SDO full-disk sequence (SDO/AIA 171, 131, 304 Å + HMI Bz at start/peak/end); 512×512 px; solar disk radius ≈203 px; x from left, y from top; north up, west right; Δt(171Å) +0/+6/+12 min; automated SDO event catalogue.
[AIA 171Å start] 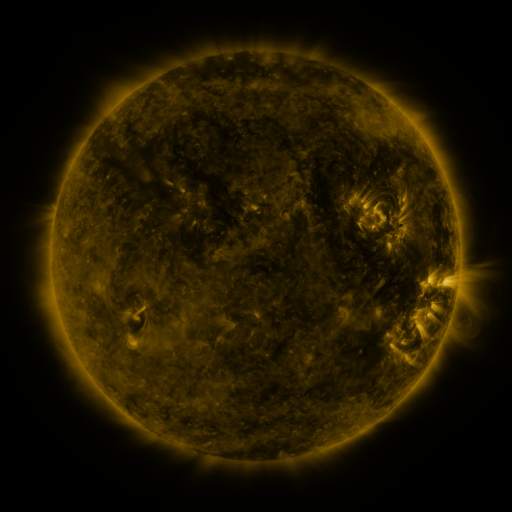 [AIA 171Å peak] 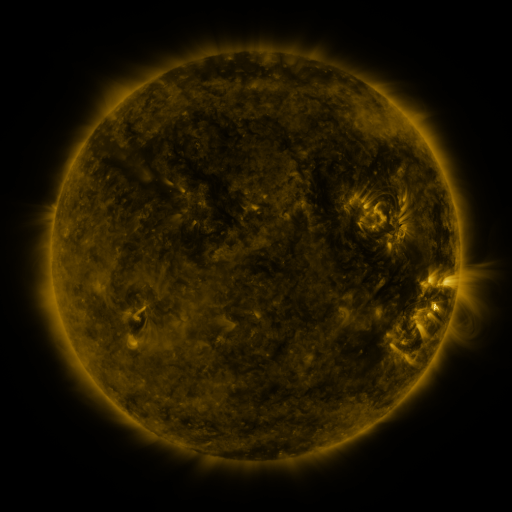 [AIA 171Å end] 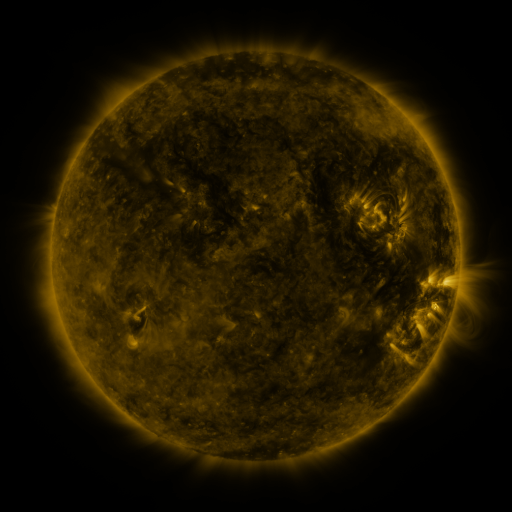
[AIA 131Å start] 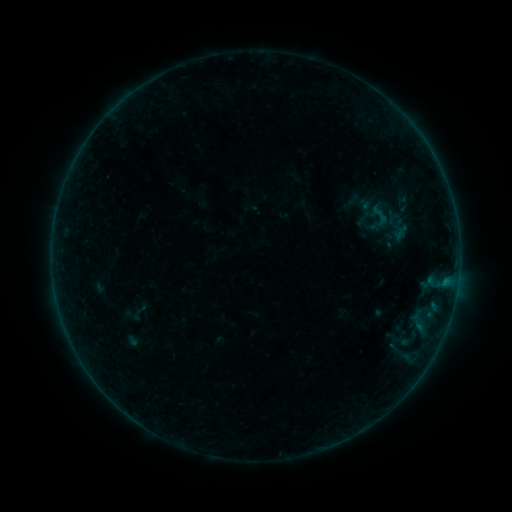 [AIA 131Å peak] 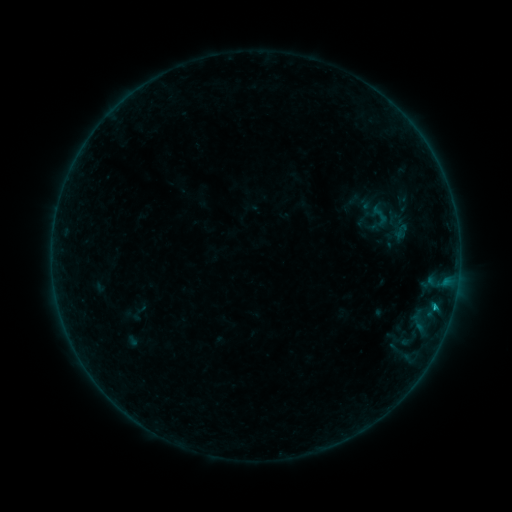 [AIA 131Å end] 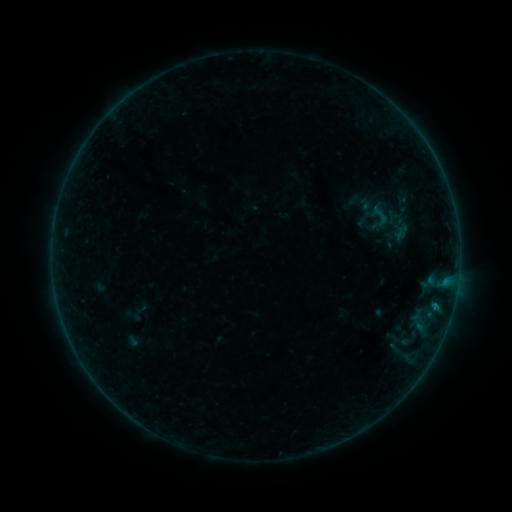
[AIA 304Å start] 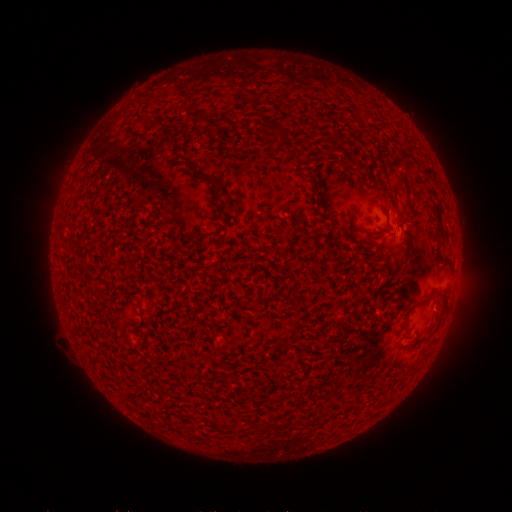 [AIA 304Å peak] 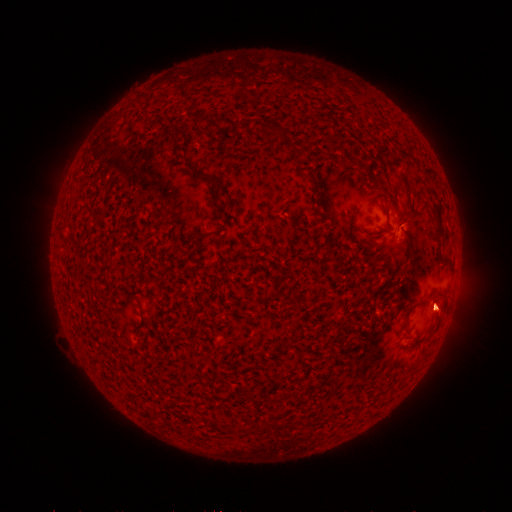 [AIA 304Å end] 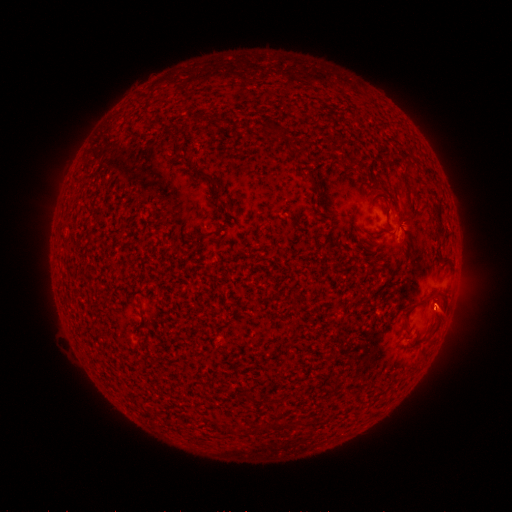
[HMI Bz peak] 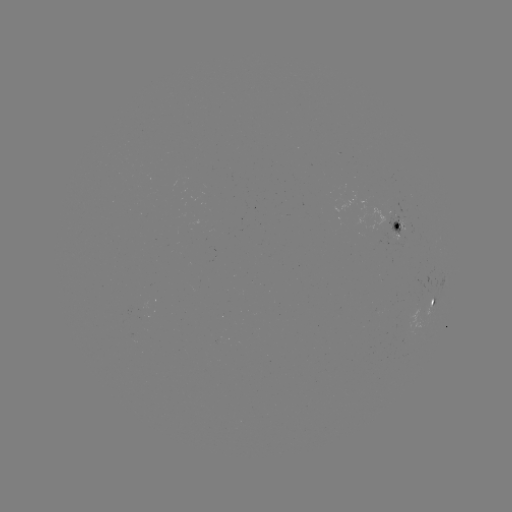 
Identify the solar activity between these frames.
B2.4 flare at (435, 304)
